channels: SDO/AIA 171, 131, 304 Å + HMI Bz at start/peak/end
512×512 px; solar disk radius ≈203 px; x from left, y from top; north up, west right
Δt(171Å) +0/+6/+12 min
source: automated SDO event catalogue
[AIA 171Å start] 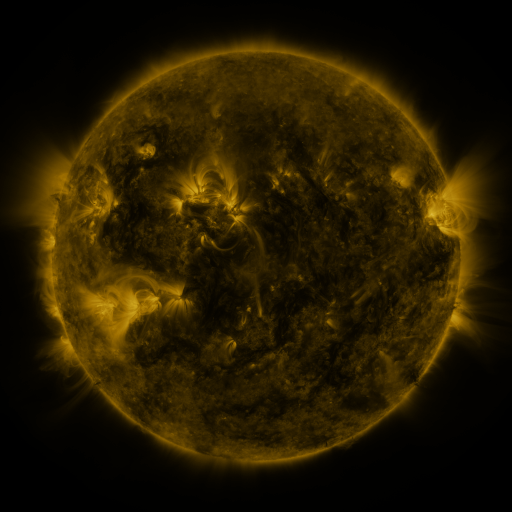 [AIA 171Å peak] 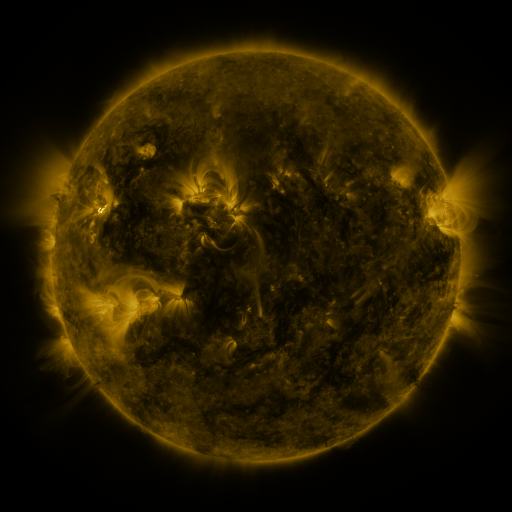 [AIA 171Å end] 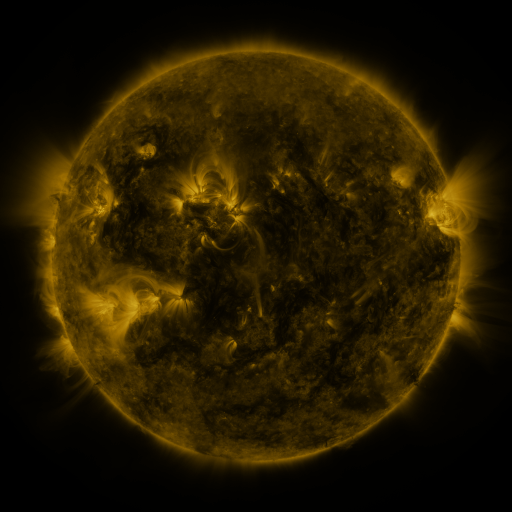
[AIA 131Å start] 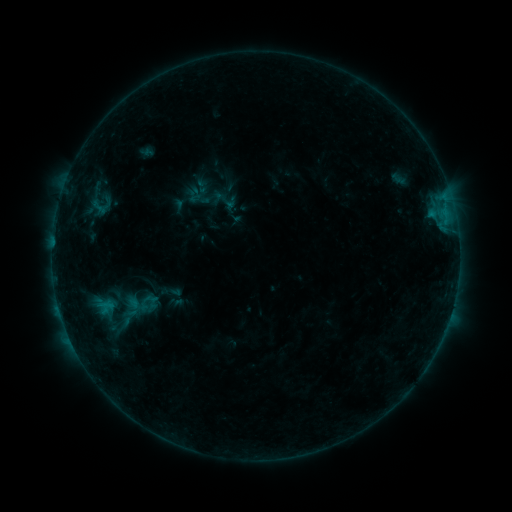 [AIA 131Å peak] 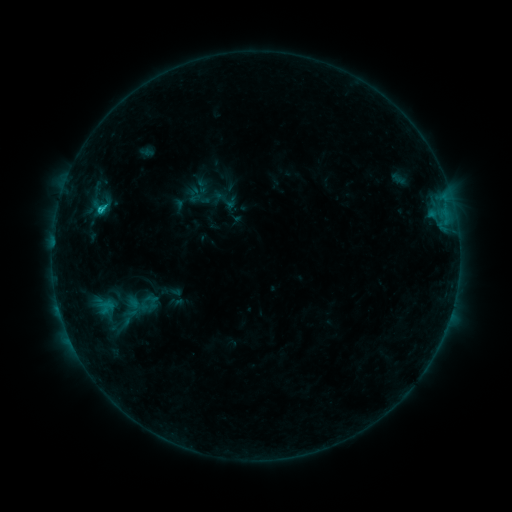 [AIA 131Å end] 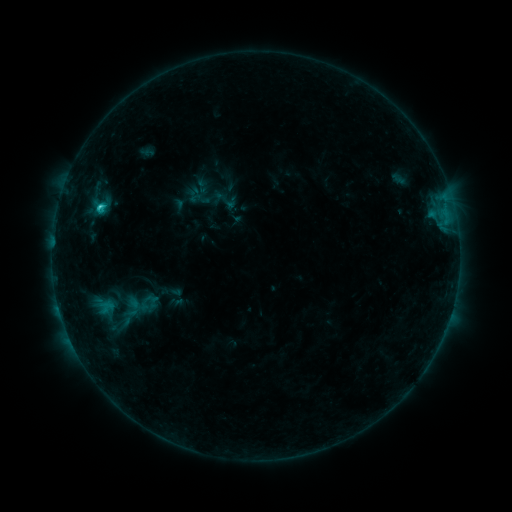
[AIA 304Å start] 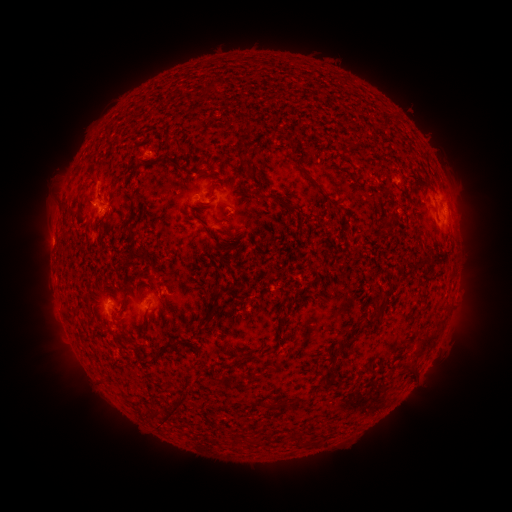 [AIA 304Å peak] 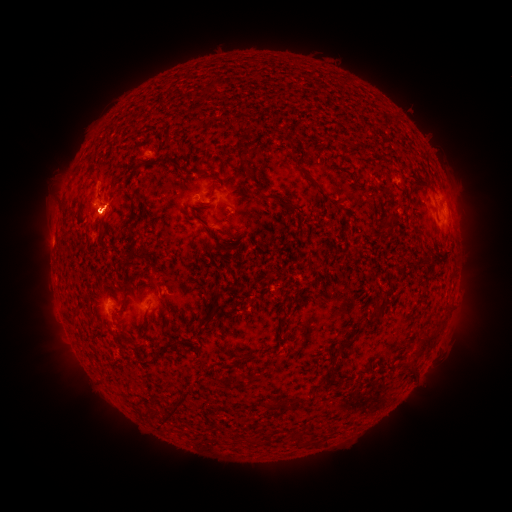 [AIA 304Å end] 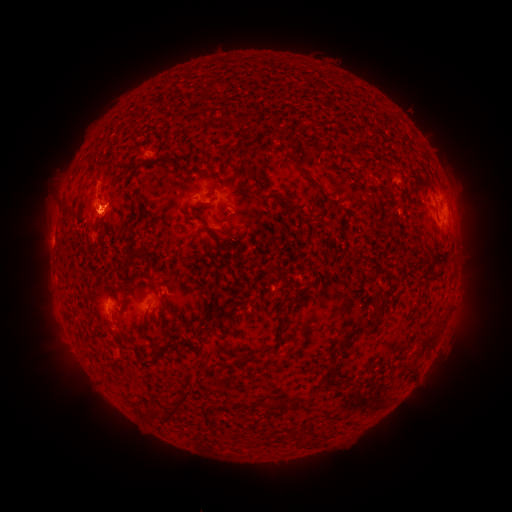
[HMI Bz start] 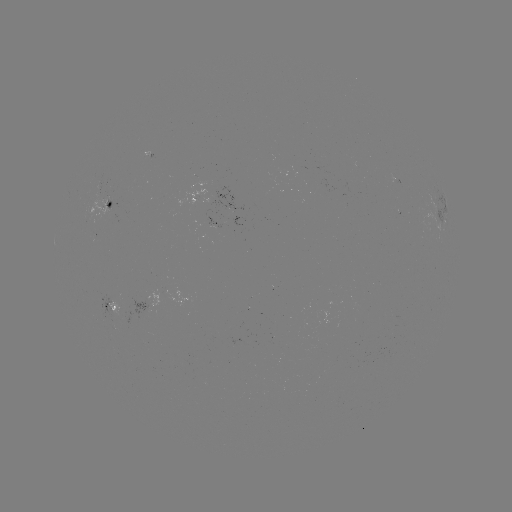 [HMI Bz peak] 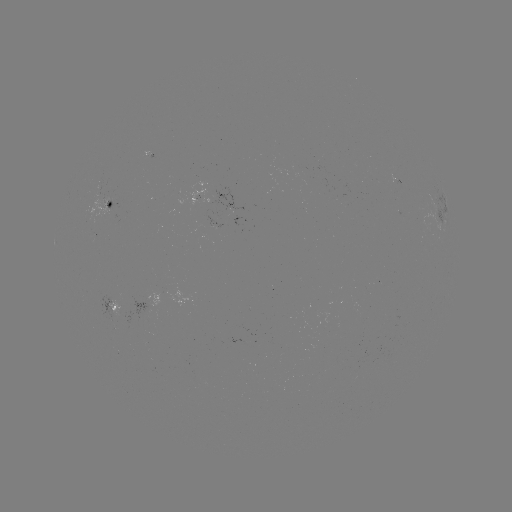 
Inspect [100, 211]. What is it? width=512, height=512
C1.5 flare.